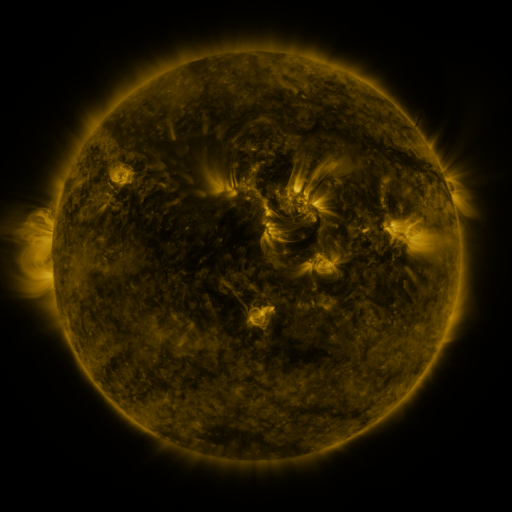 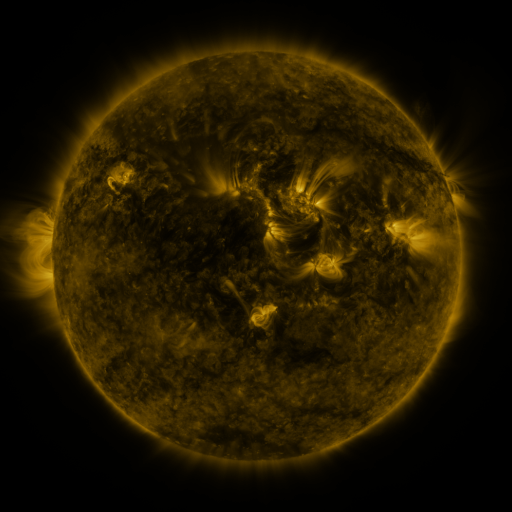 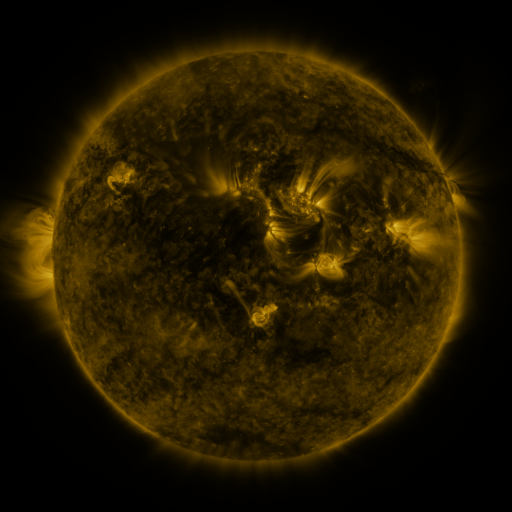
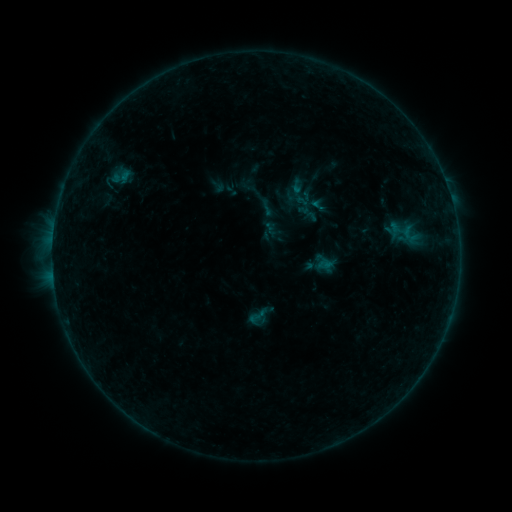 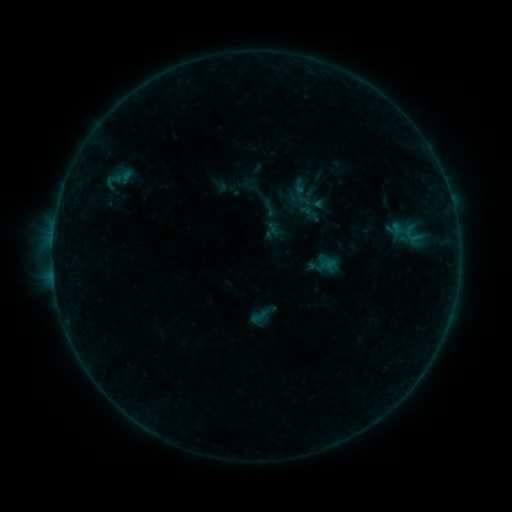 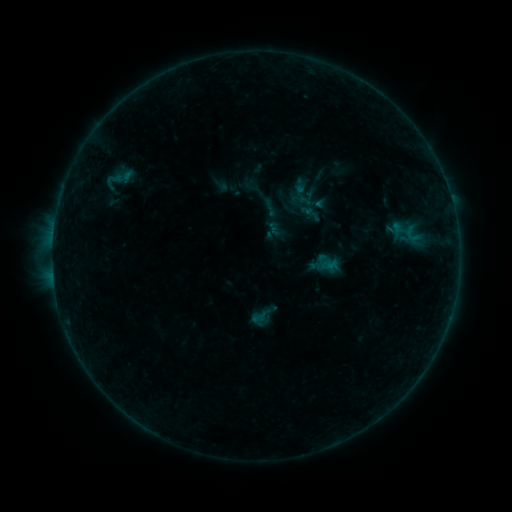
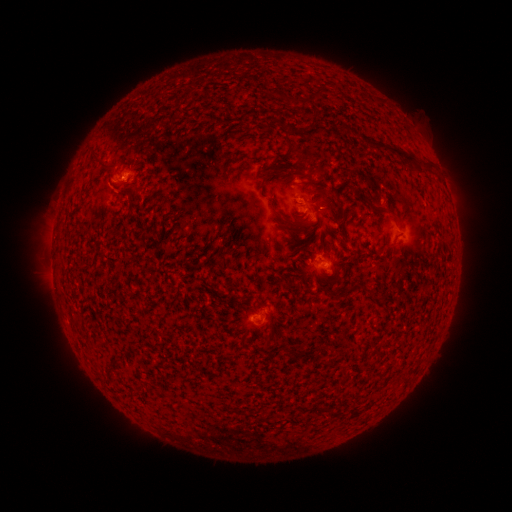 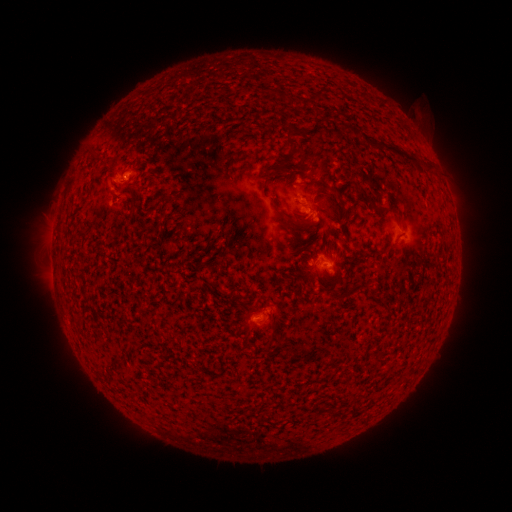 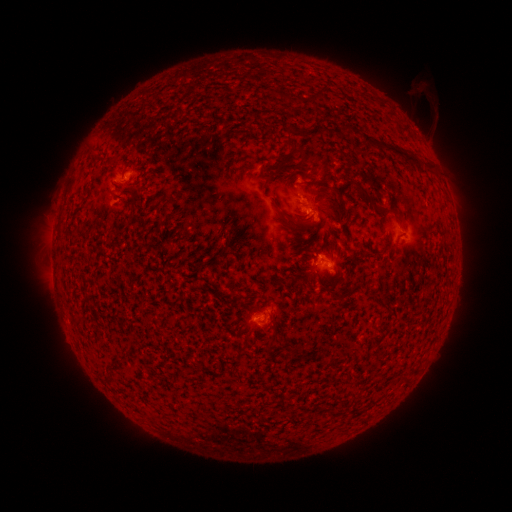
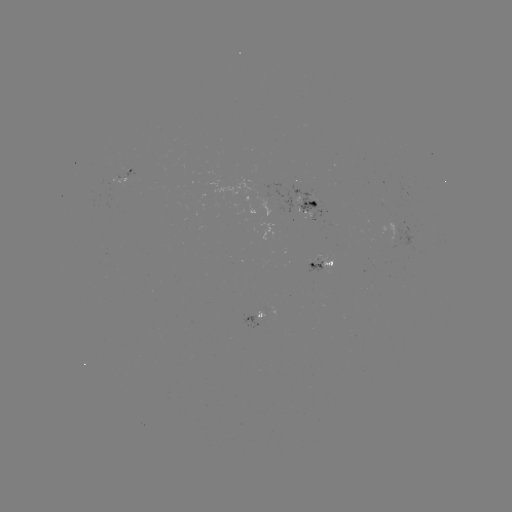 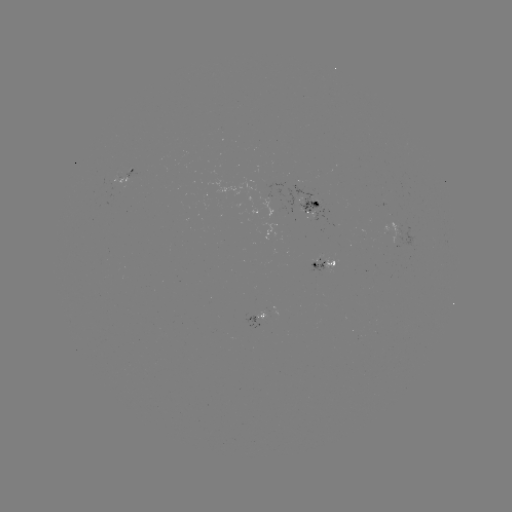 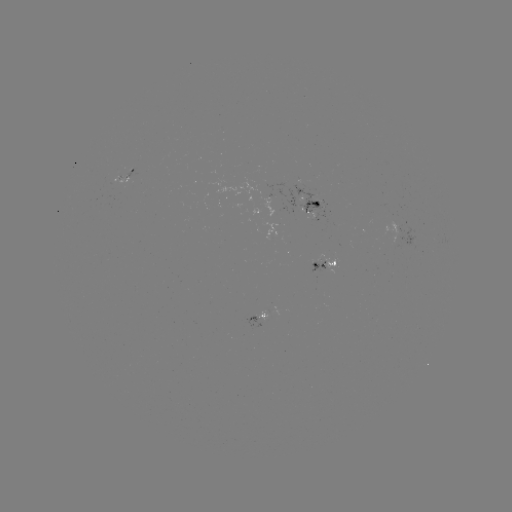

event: emerging-flux region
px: (264, 312)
